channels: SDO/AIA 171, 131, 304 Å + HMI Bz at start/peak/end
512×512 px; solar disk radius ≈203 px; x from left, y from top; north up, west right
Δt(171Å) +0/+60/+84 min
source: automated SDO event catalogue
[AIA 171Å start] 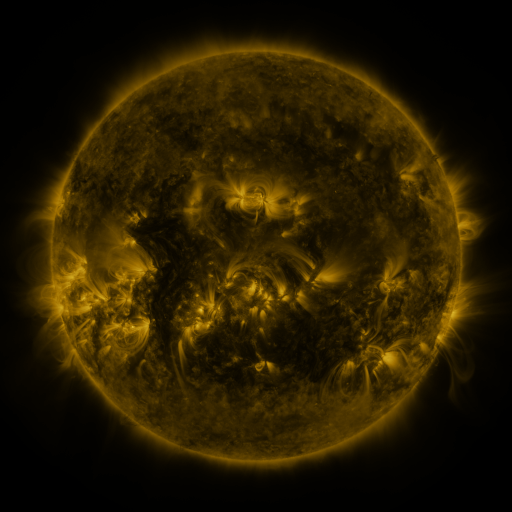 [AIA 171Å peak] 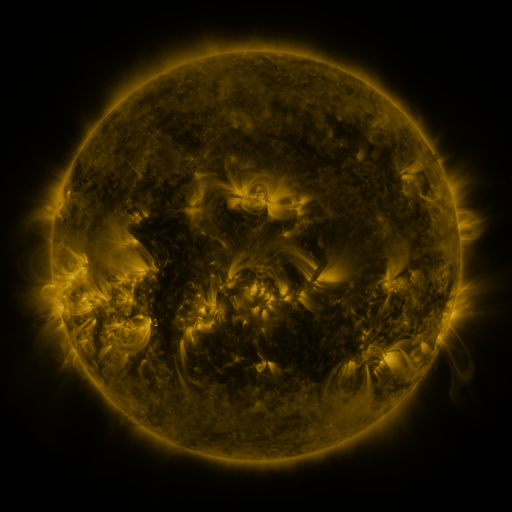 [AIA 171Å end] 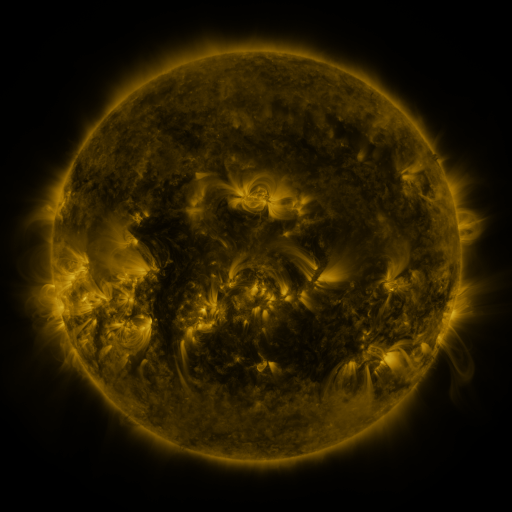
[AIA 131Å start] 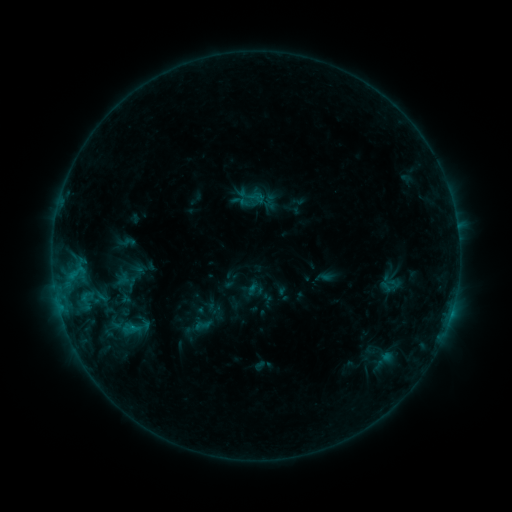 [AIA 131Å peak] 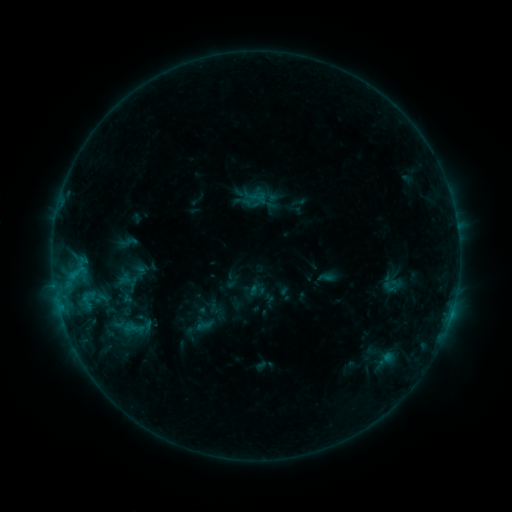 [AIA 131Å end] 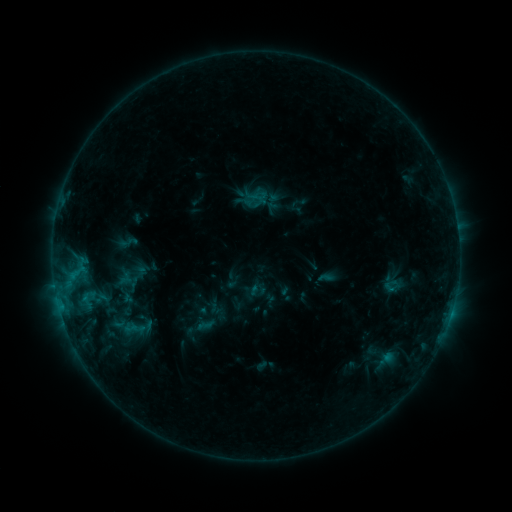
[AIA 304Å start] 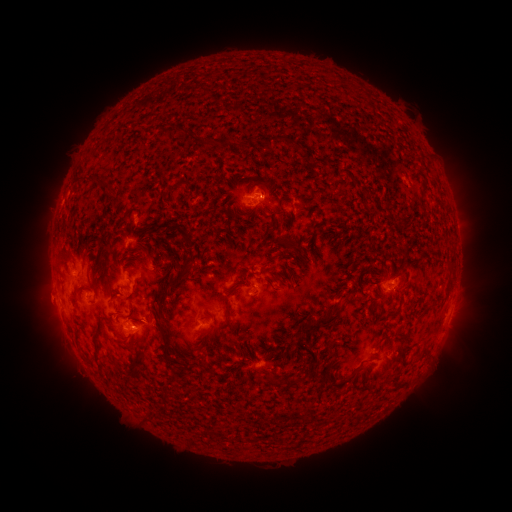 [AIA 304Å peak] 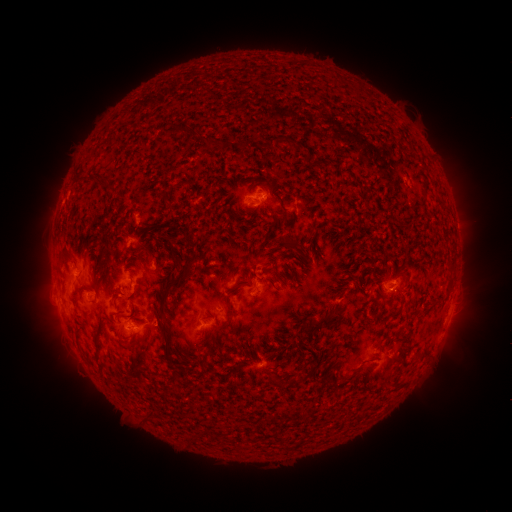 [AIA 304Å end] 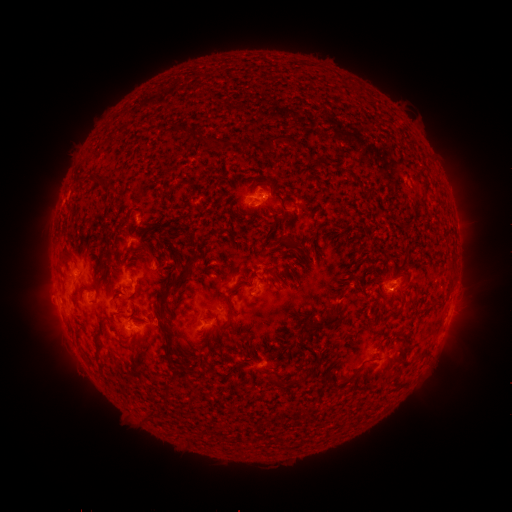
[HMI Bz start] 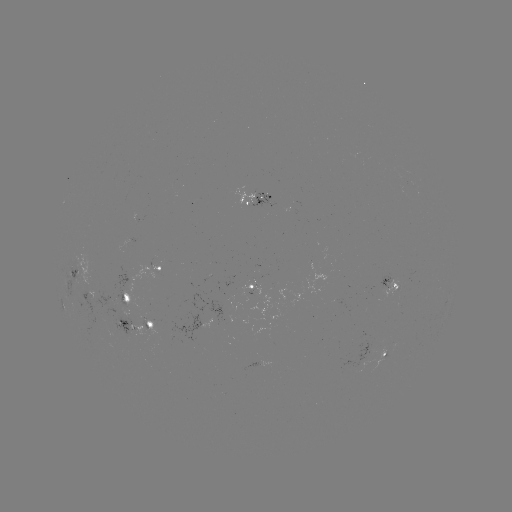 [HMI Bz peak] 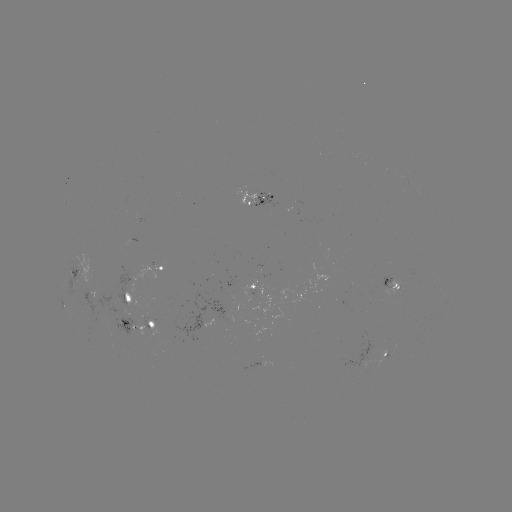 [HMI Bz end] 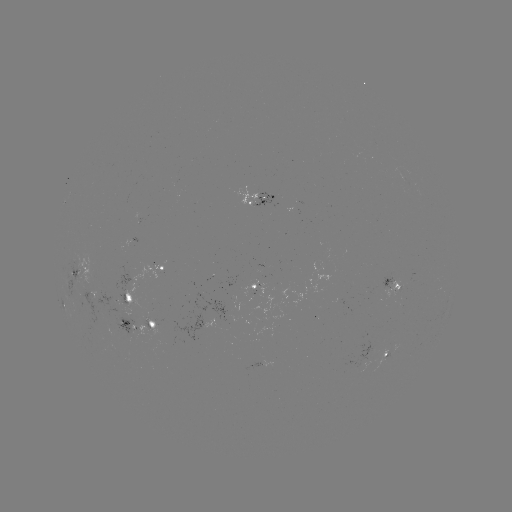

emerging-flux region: <bbox>250, 194, 278, 209</bbox>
